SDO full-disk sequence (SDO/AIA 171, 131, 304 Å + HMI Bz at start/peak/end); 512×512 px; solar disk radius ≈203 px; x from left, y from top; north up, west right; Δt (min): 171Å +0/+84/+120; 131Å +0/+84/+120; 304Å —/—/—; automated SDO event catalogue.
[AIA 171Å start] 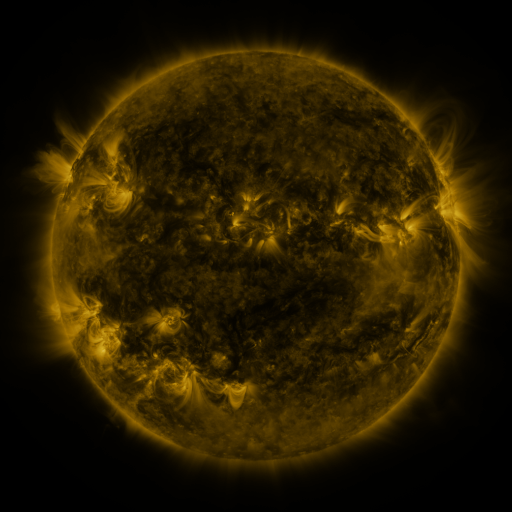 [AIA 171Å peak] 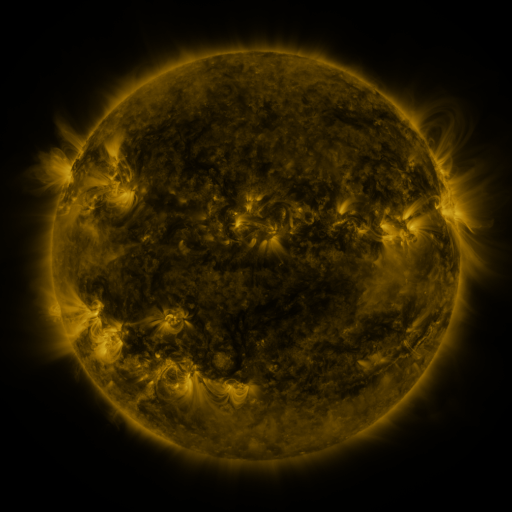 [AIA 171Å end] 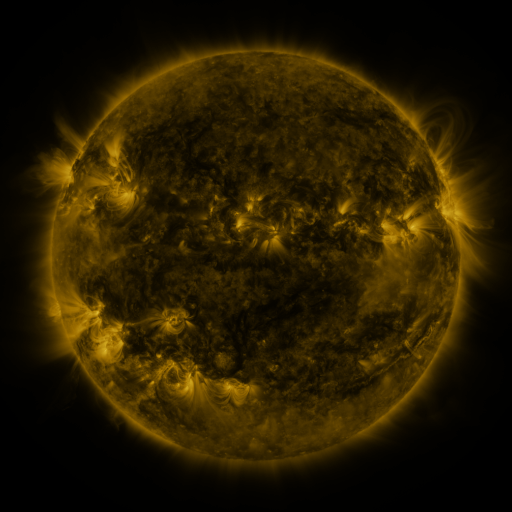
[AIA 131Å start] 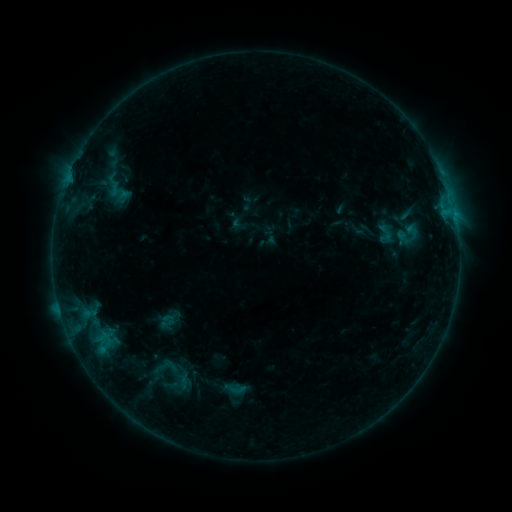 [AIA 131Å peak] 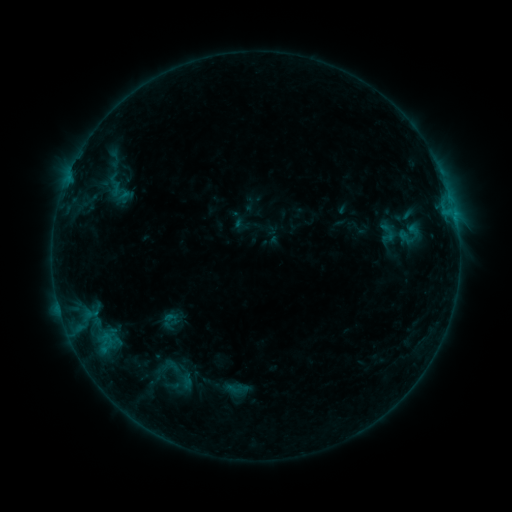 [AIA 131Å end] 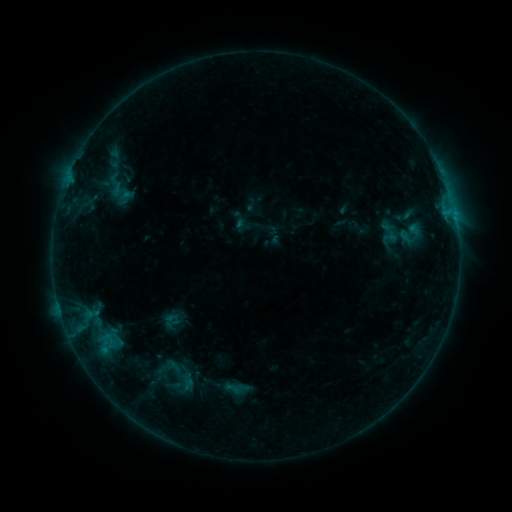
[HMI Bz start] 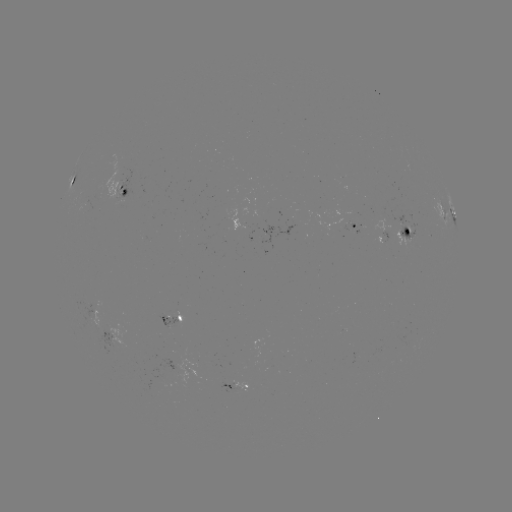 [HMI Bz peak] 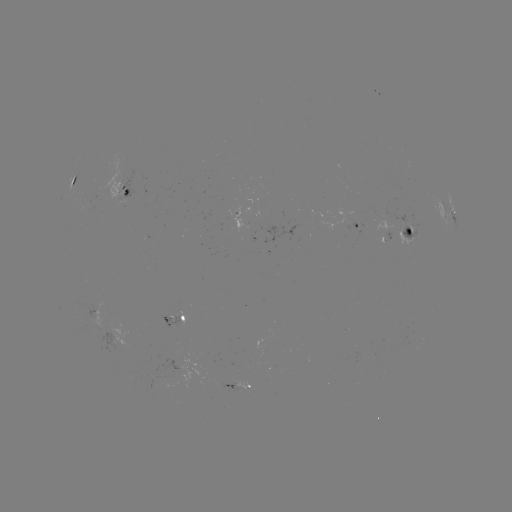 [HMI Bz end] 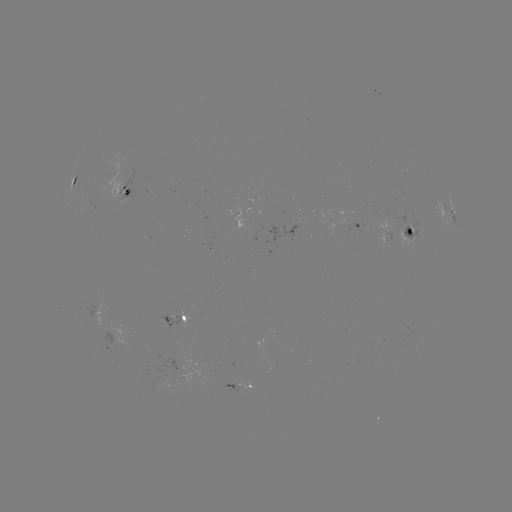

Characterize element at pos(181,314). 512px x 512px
emerging-flux region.